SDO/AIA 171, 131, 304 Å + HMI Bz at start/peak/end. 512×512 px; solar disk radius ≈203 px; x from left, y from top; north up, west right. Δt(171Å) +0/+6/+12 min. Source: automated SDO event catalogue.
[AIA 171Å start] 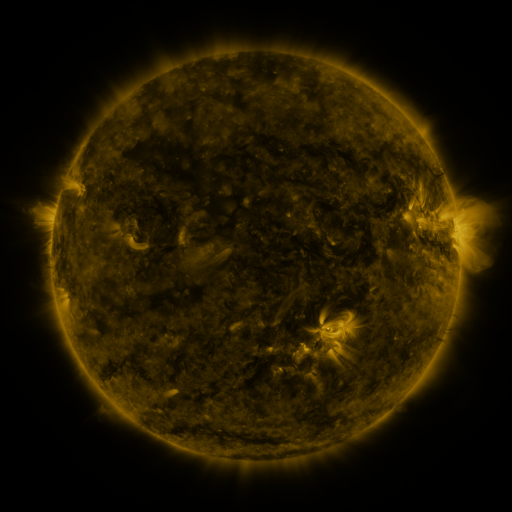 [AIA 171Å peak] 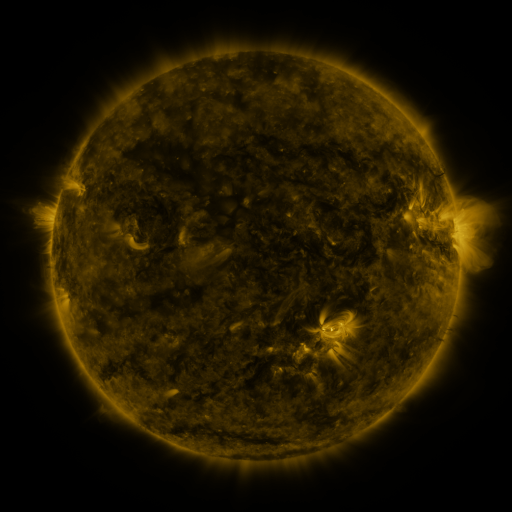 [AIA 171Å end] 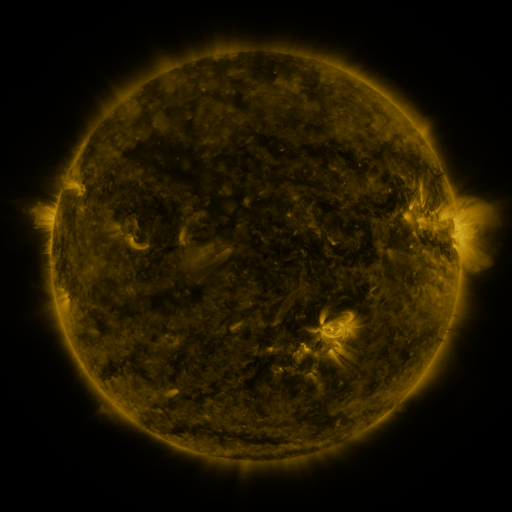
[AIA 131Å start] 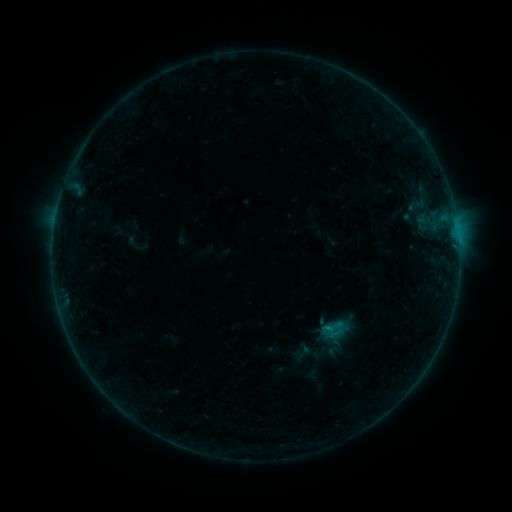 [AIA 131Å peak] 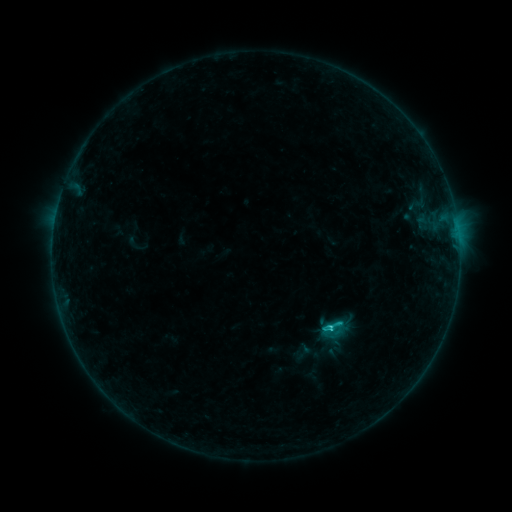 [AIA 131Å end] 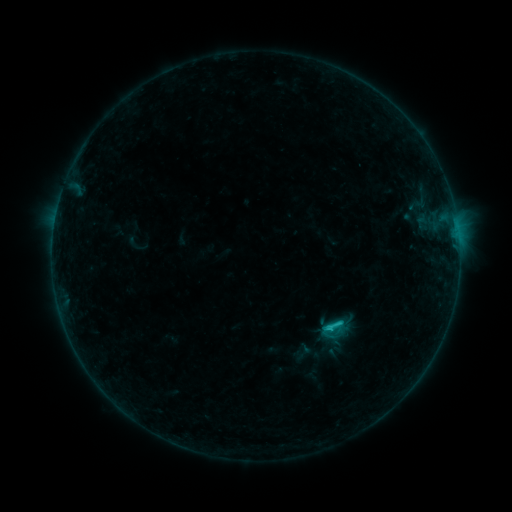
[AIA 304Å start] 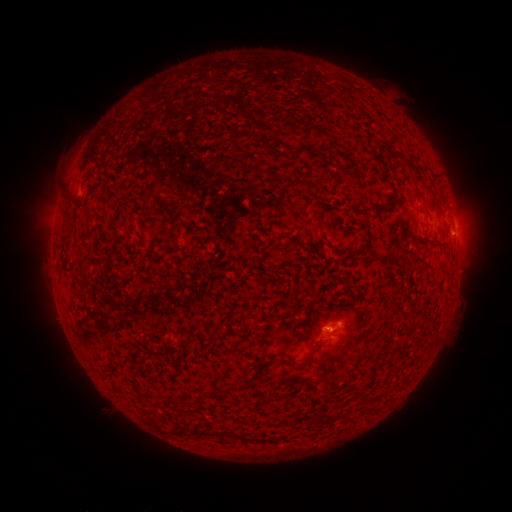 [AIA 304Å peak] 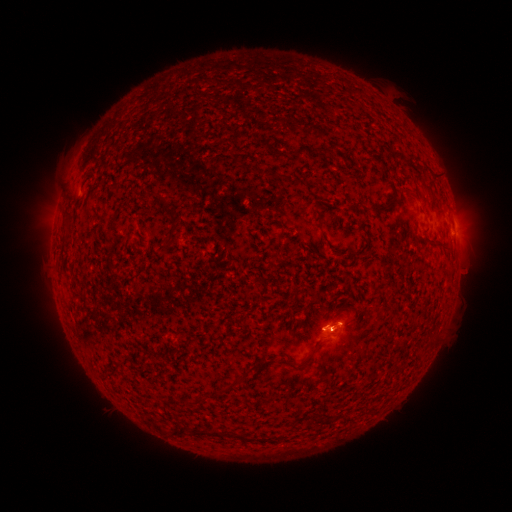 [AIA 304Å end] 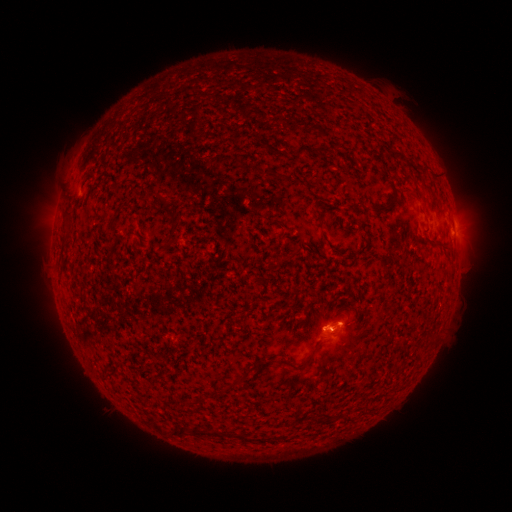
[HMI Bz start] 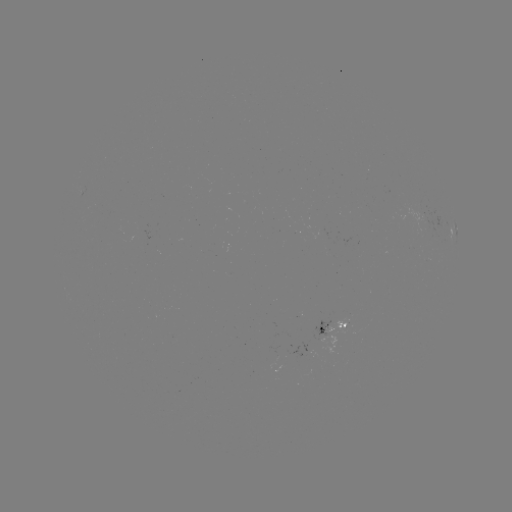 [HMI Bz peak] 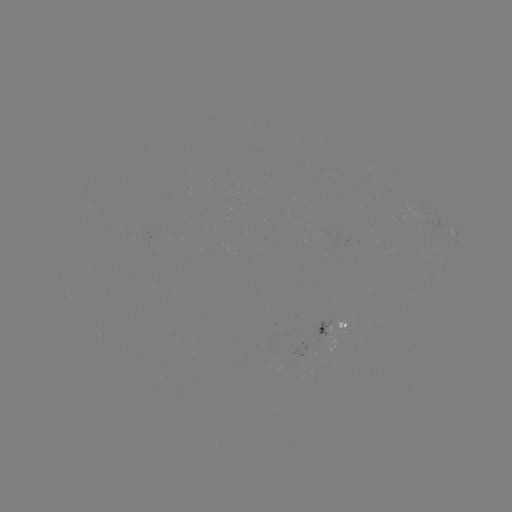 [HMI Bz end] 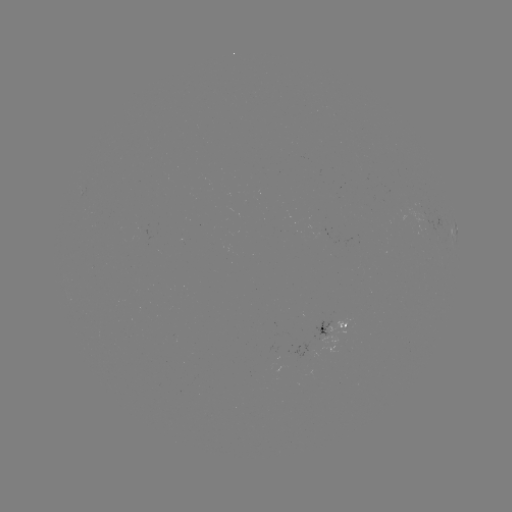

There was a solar flare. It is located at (330, 327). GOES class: C1.3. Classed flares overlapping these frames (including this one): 1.